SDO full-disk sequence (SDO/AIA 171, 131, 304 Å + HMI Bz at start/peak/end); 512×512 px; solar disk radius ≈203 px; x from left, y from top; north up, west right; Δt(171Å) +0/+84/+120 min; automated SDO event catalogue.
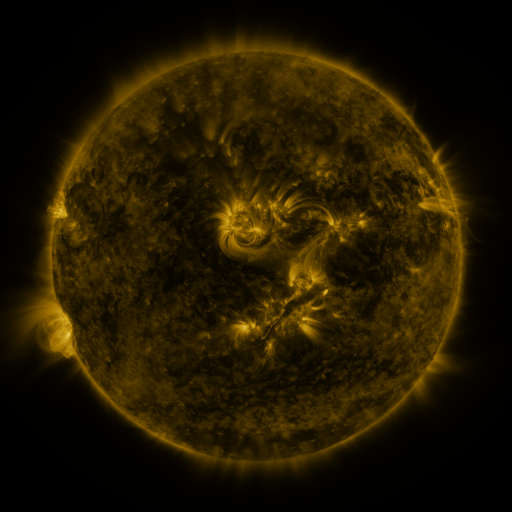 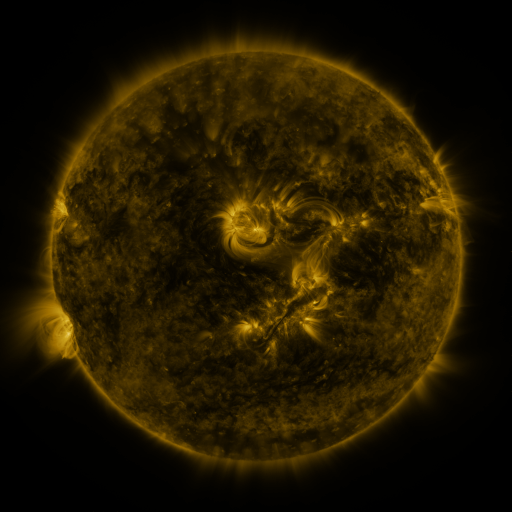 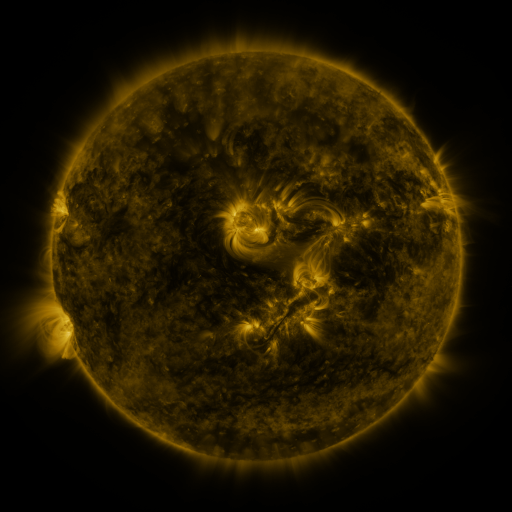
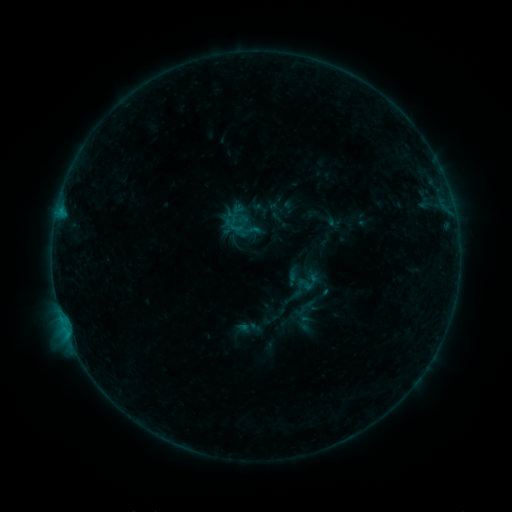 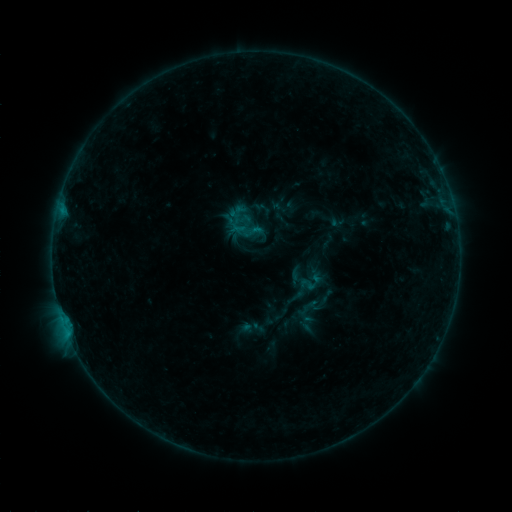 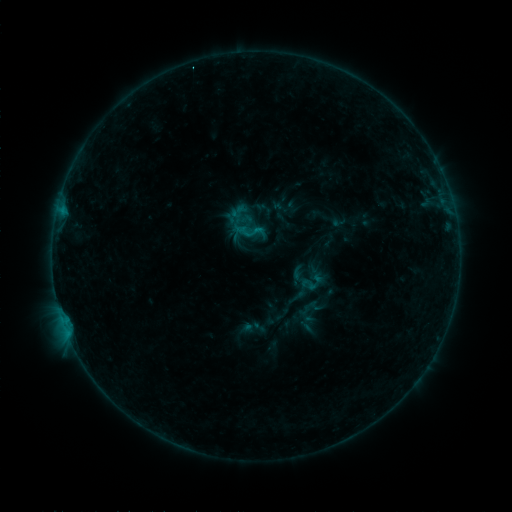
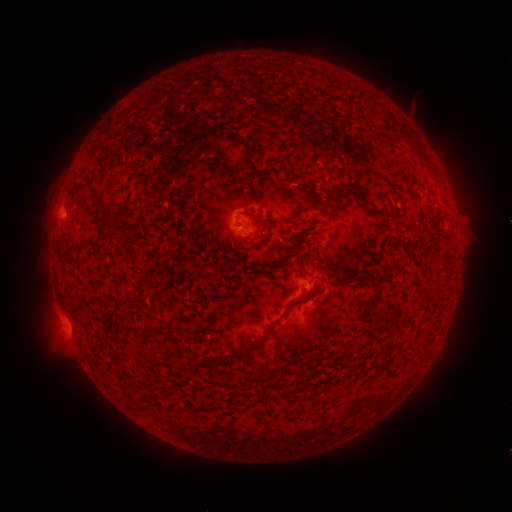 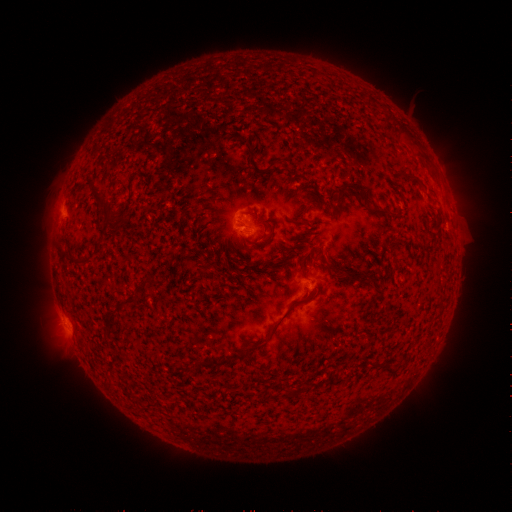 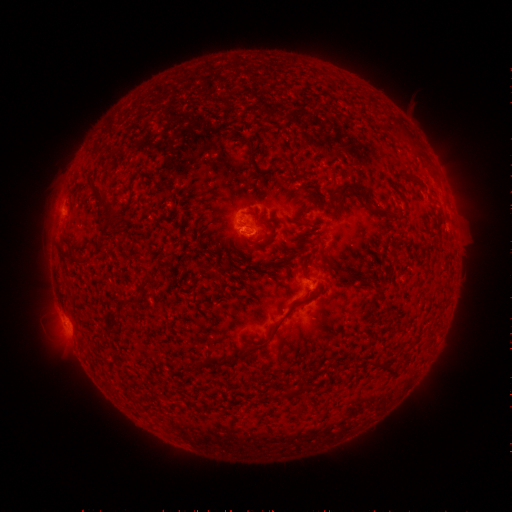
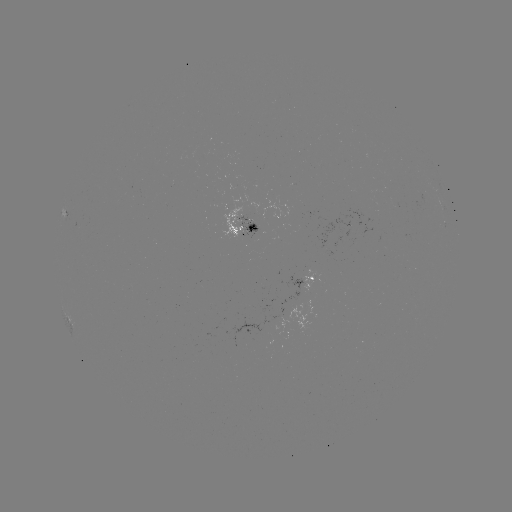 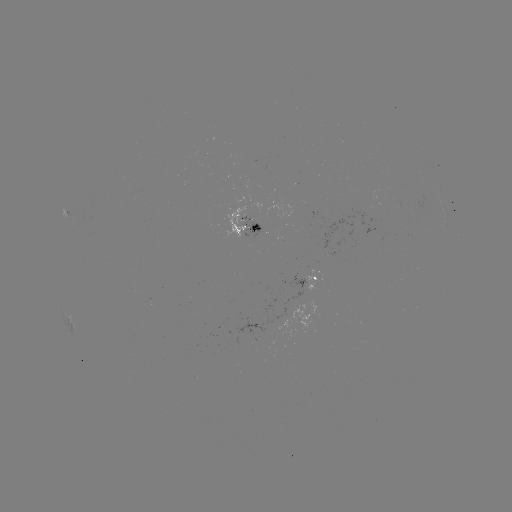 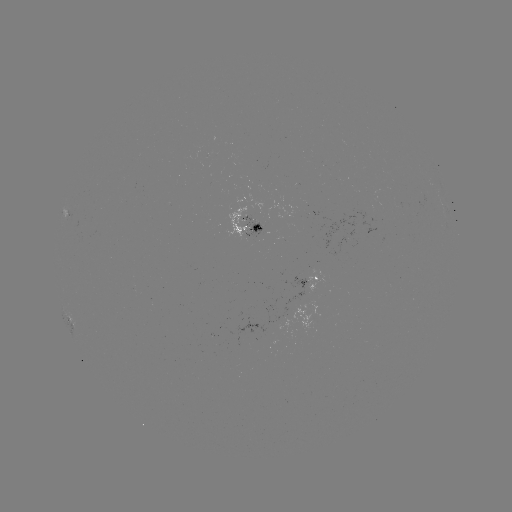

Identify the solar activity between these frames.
emerging-flux region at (249, 222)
